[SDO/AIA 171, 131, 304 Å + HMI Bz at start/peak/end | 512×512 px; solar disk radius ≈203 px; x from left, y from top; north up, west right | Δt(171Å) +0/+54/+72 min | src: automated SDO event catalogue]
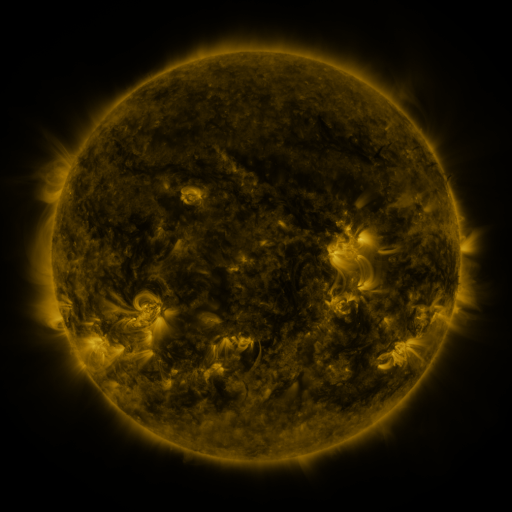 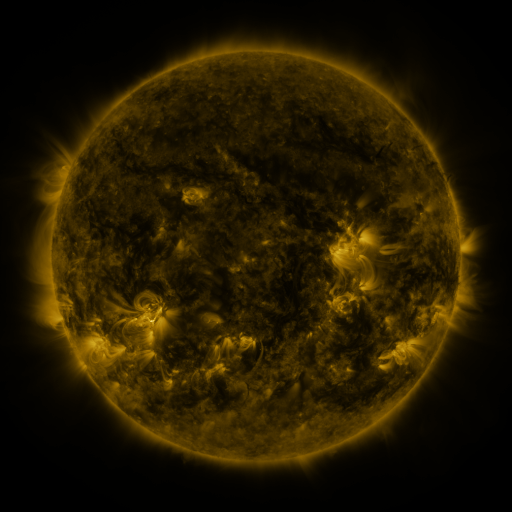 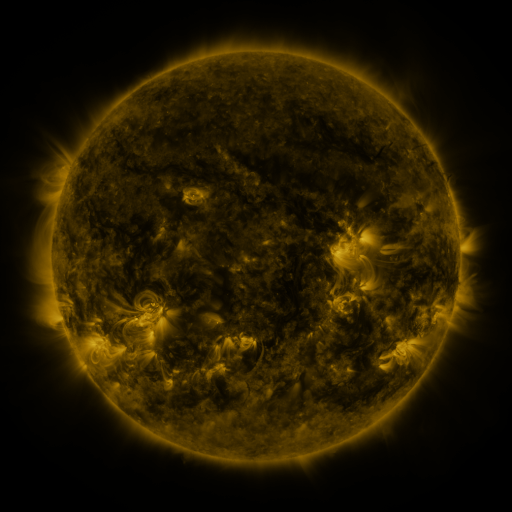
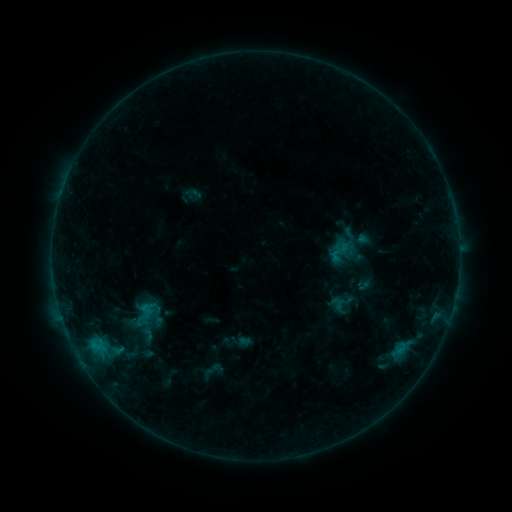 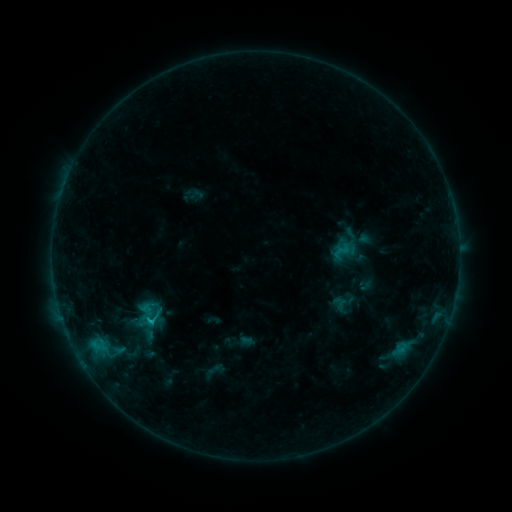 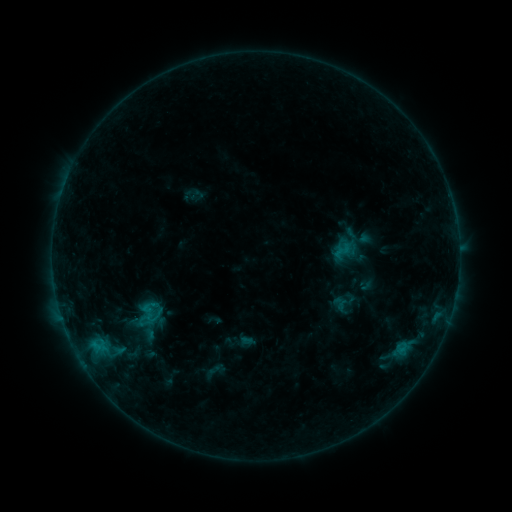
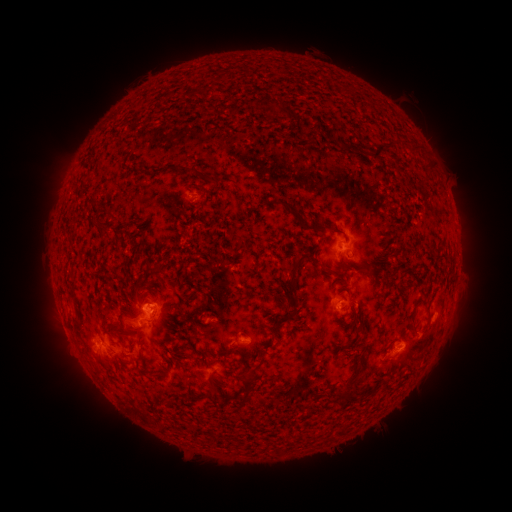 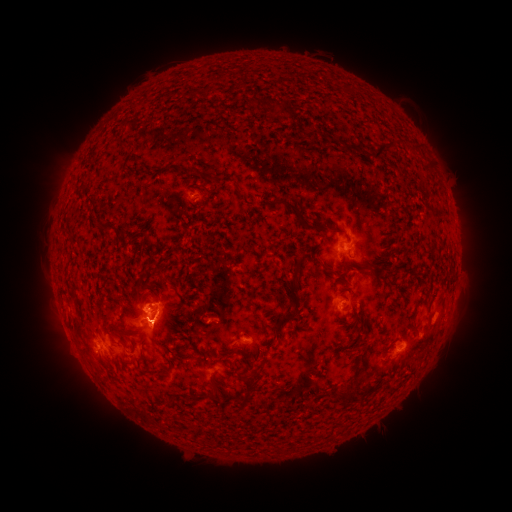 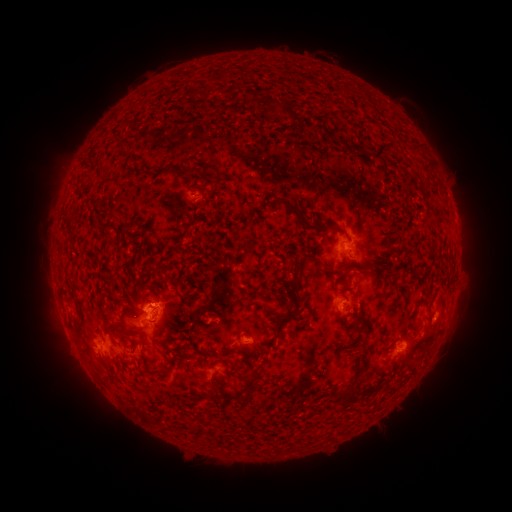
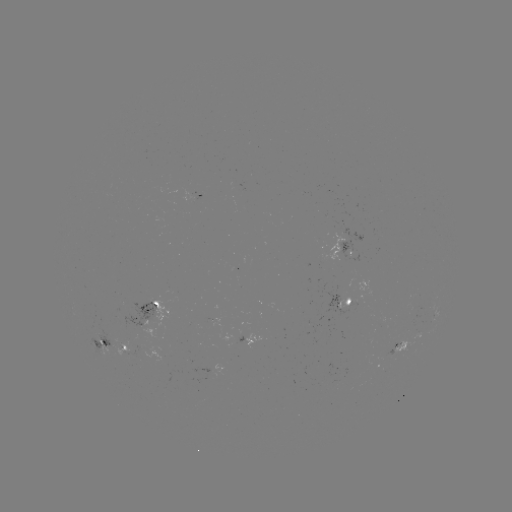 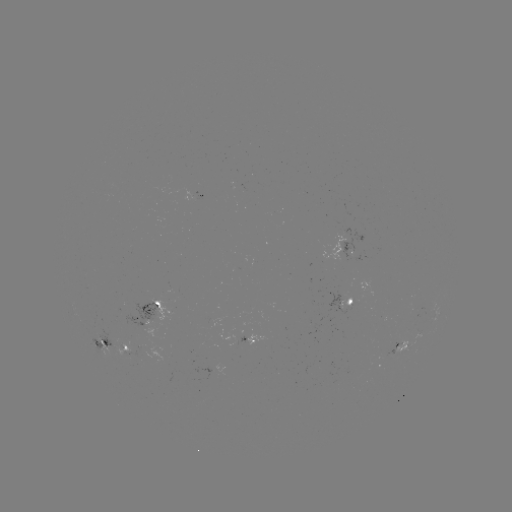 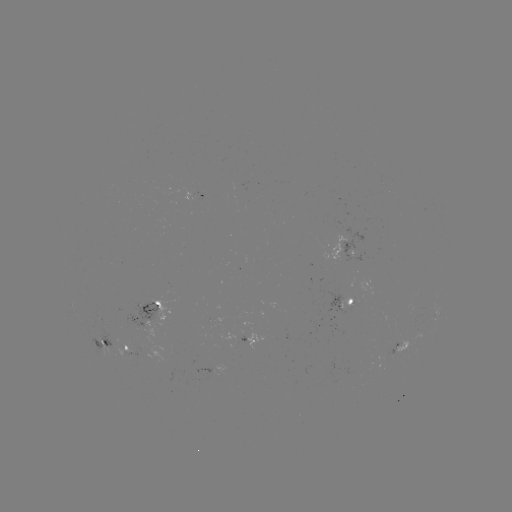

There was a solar flare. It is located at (153, 320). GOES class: C1.2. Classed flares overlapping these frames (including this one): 2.